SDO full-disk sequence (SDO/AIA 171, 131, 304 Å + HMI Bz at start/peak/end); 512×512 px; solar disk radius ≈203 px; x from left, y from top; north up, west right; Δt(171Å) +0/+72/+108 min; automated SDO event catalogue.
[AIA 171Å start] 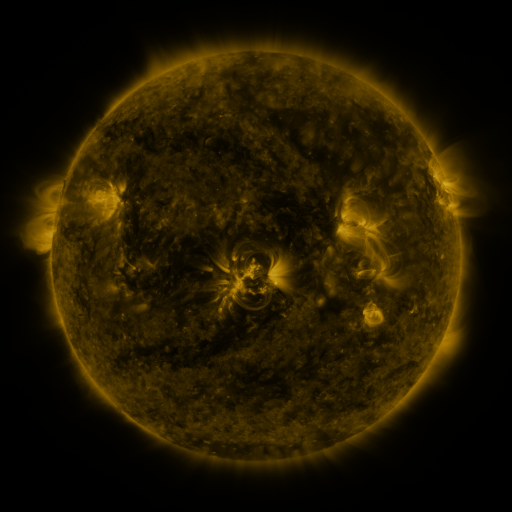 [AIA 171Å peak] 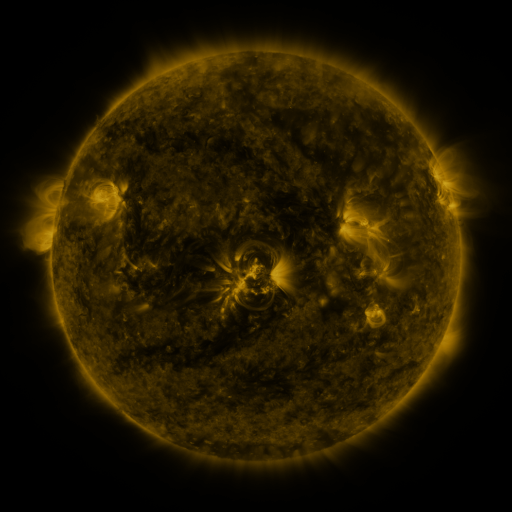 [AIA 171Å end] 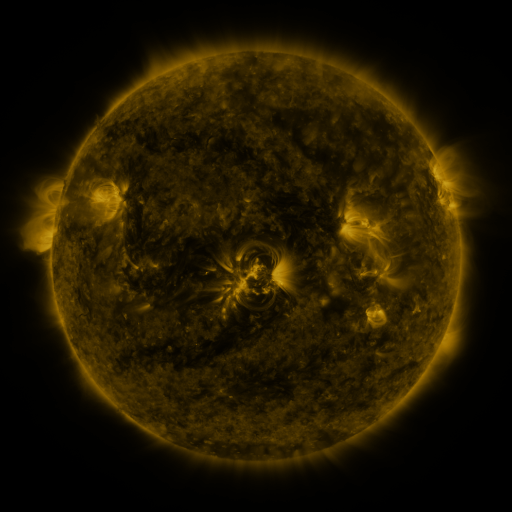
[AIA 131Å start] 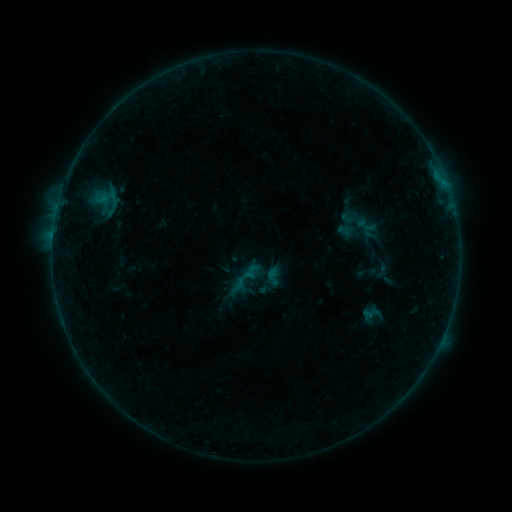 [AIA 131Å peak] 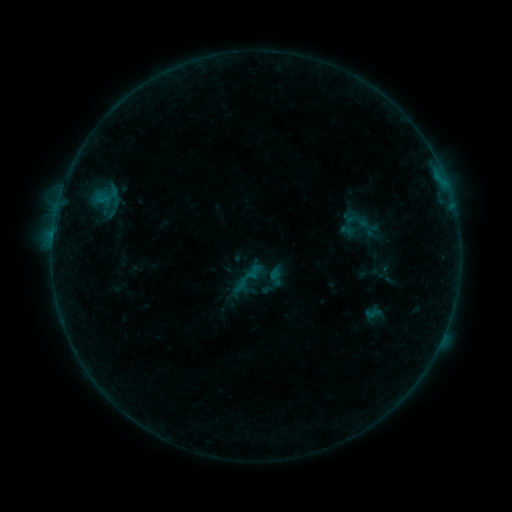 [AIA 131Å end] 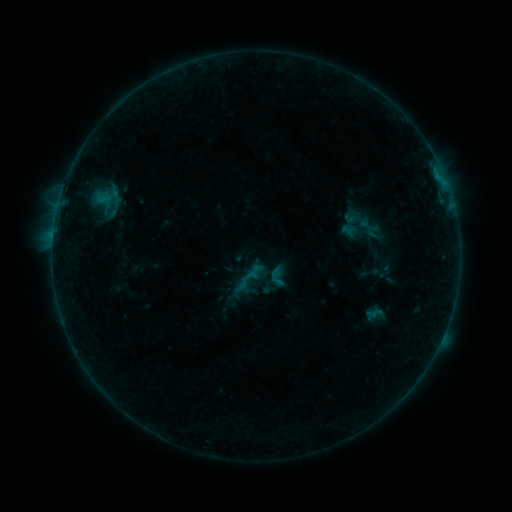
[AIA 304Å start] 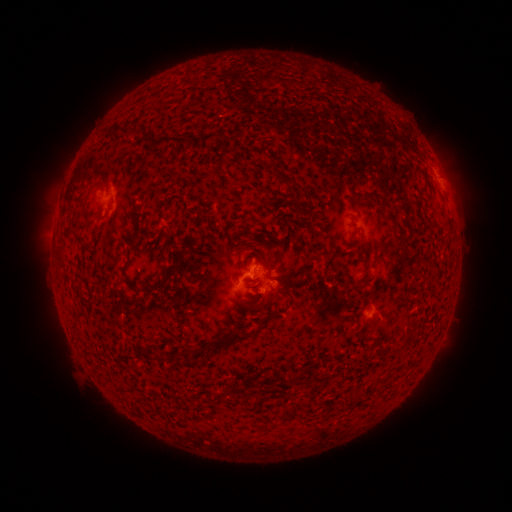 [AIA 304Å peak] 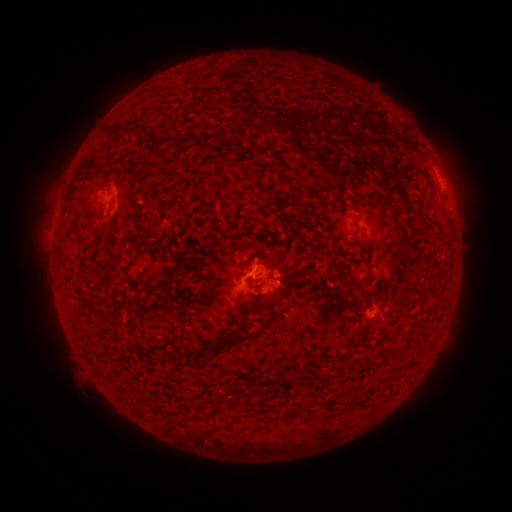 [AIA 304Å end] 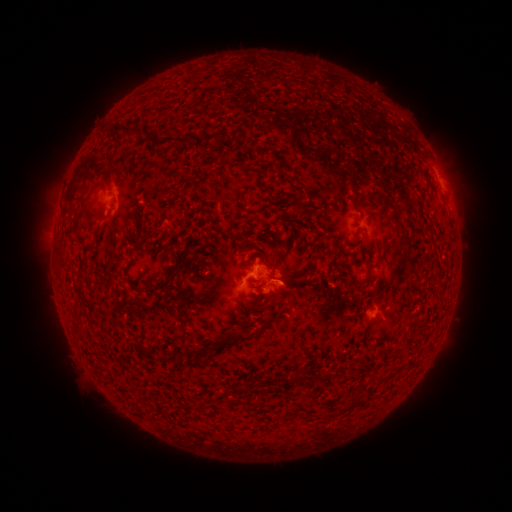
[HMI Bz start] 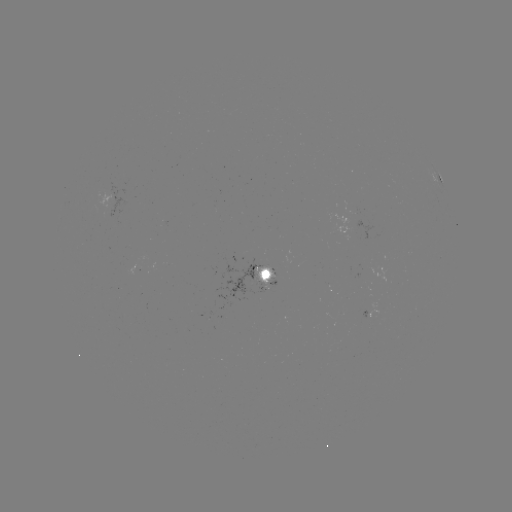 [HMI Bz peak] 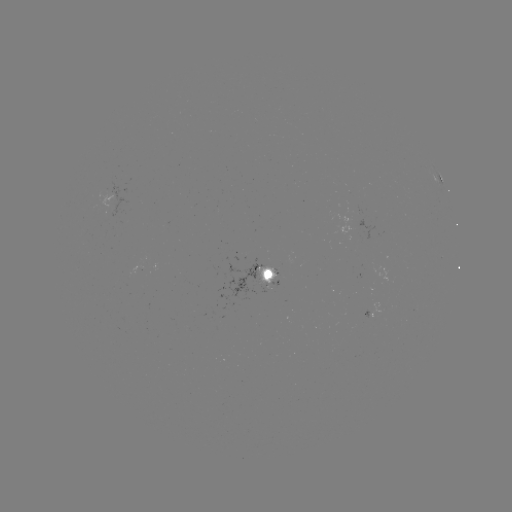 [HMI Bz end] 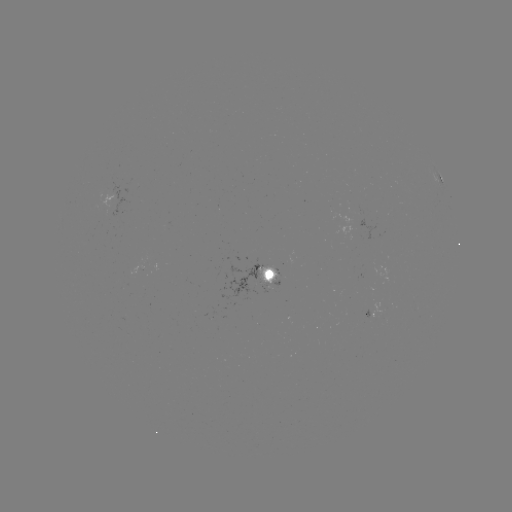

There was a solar emerging-flux region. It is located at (358, 216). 